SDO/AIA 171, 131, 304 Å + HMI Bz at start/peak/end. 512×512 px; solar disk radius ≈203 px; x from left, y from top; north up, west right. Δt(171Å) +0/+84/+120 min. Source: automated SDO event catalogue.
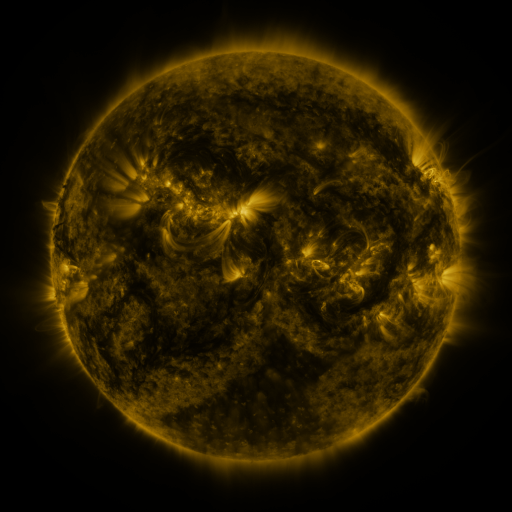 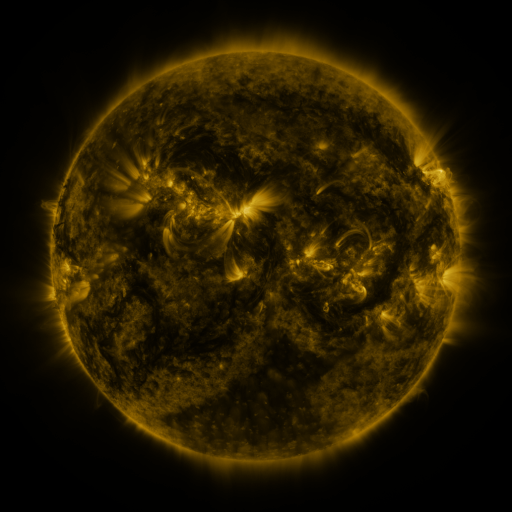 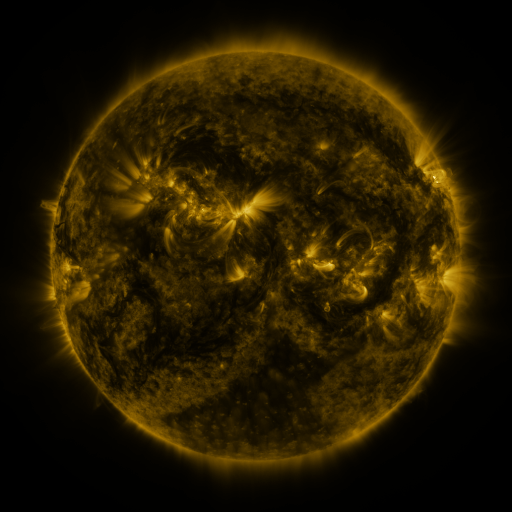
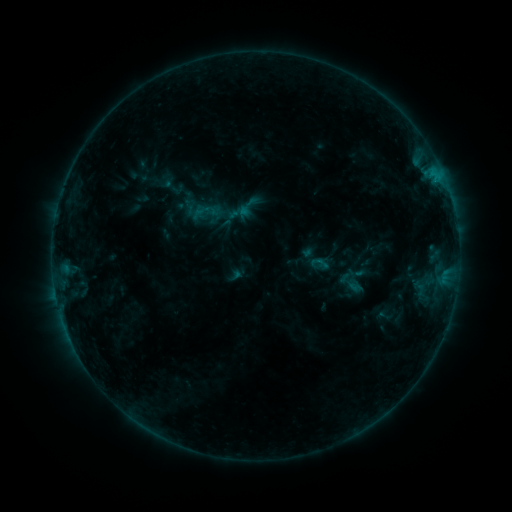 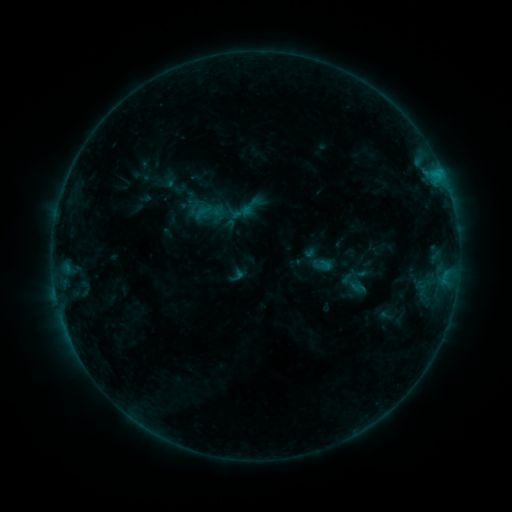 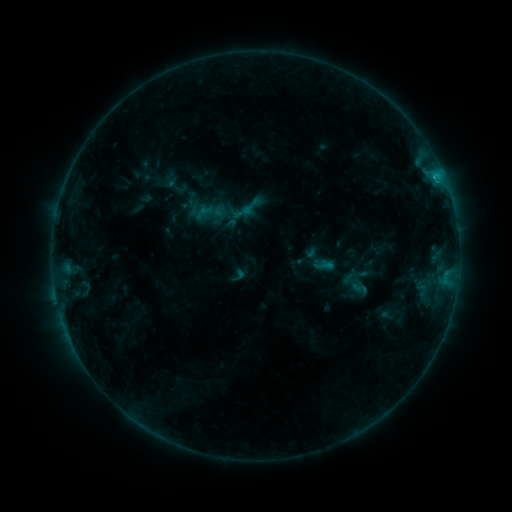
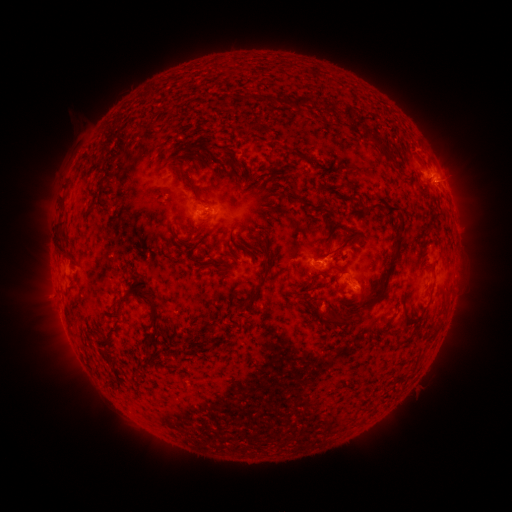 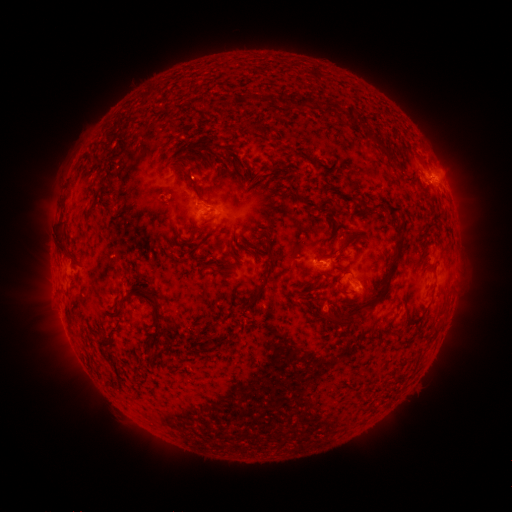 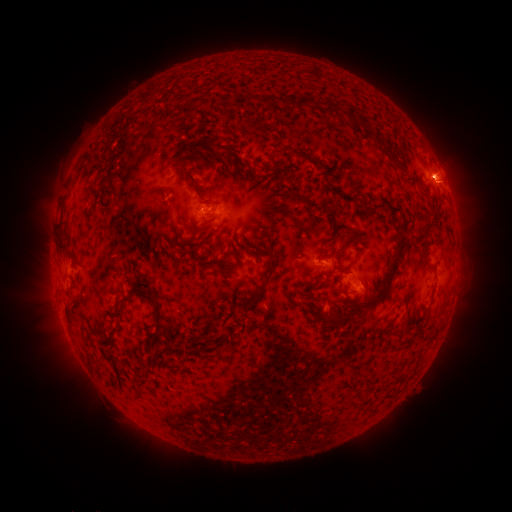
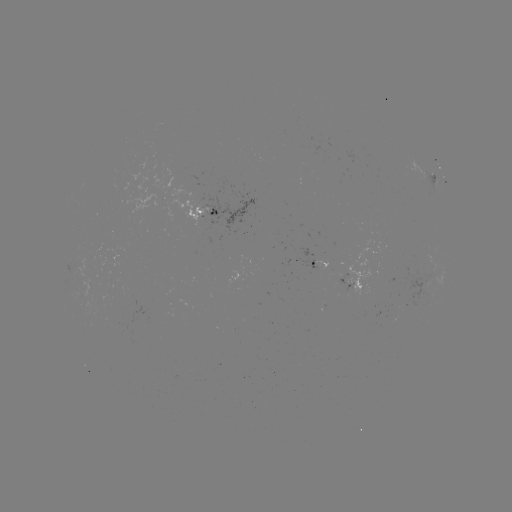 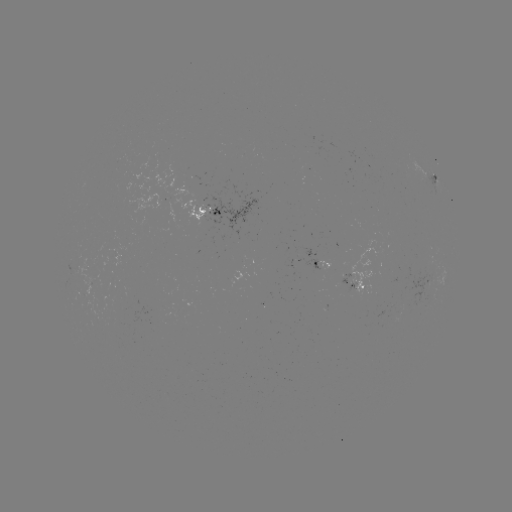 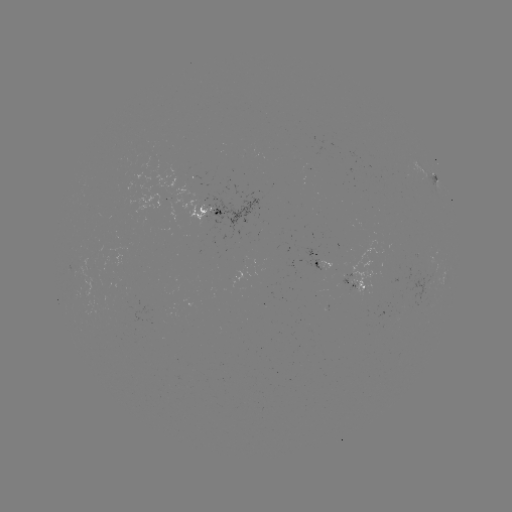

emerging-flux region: <bbox>101, 257, 112, 266</bbox>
